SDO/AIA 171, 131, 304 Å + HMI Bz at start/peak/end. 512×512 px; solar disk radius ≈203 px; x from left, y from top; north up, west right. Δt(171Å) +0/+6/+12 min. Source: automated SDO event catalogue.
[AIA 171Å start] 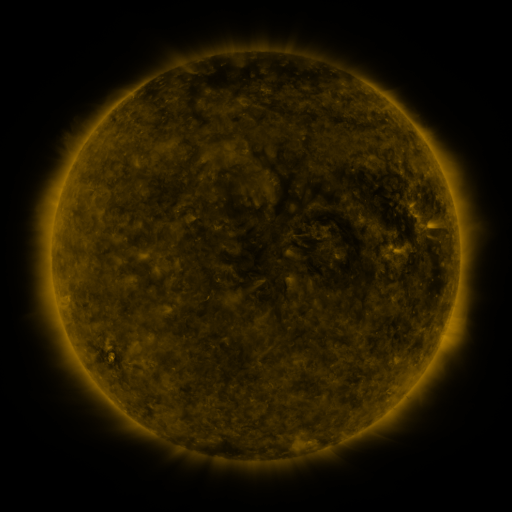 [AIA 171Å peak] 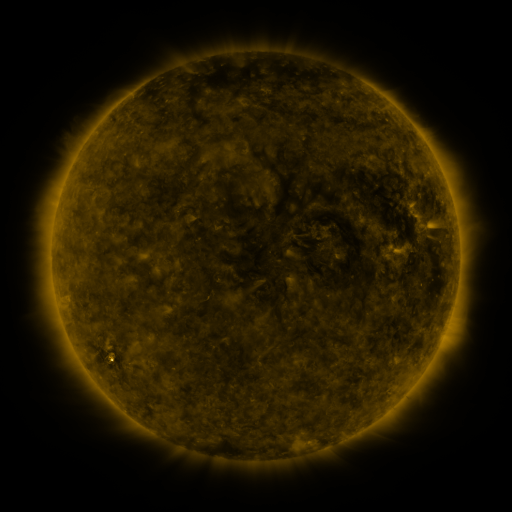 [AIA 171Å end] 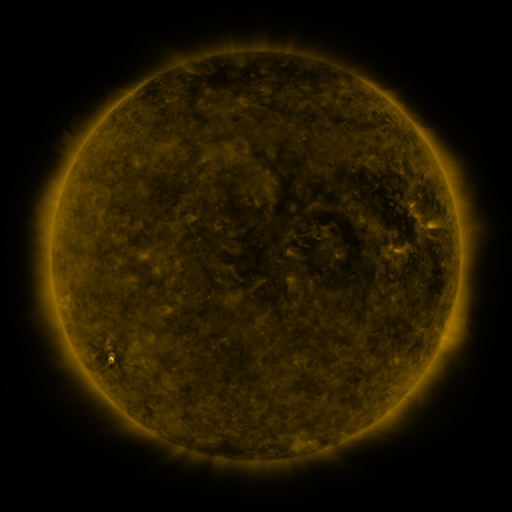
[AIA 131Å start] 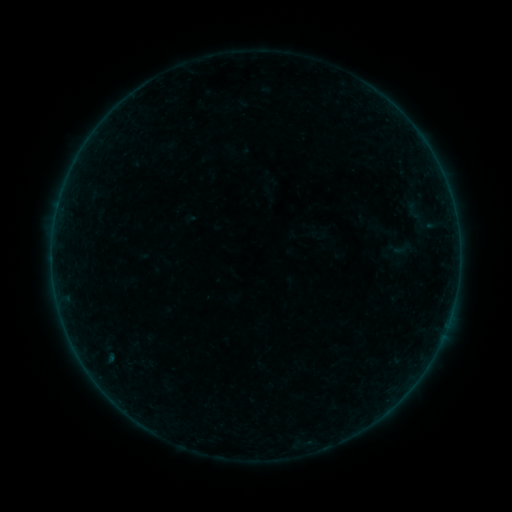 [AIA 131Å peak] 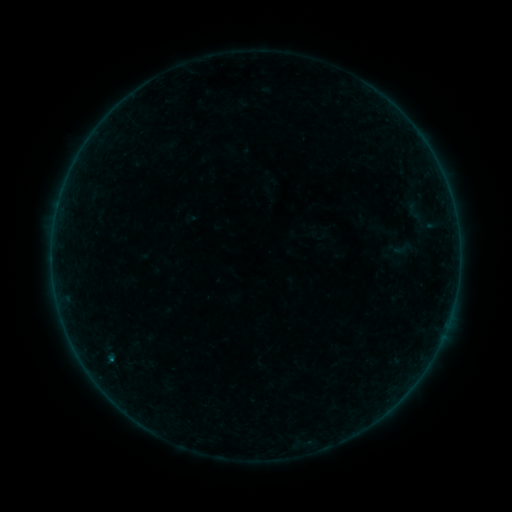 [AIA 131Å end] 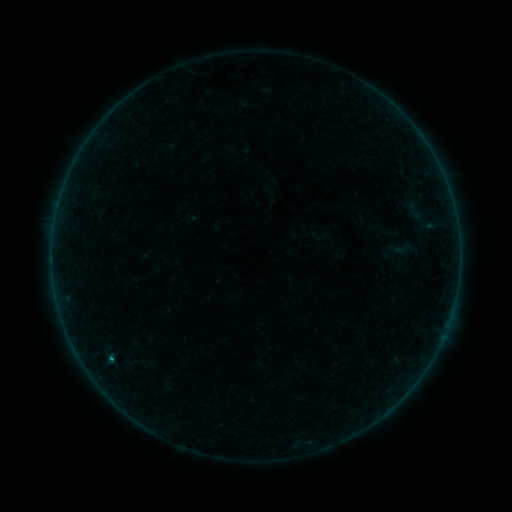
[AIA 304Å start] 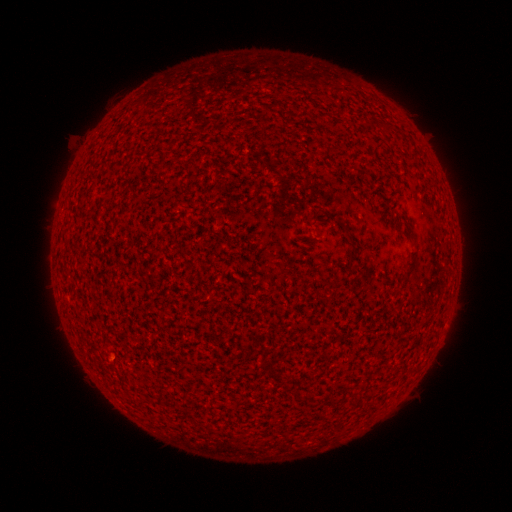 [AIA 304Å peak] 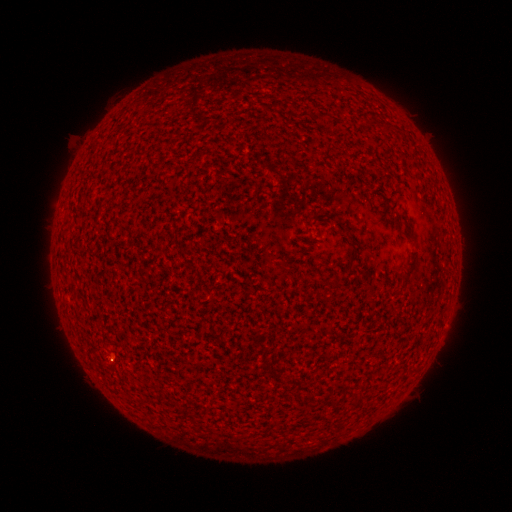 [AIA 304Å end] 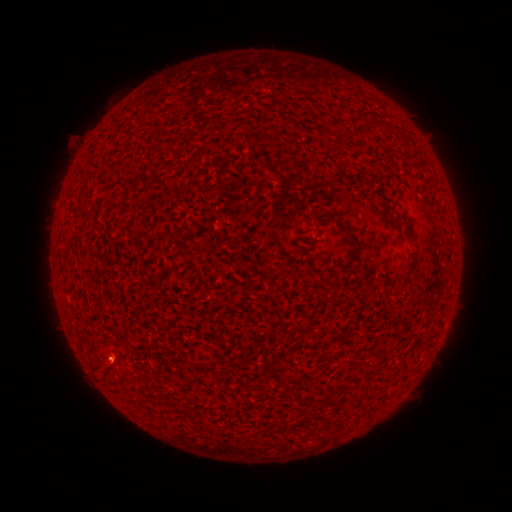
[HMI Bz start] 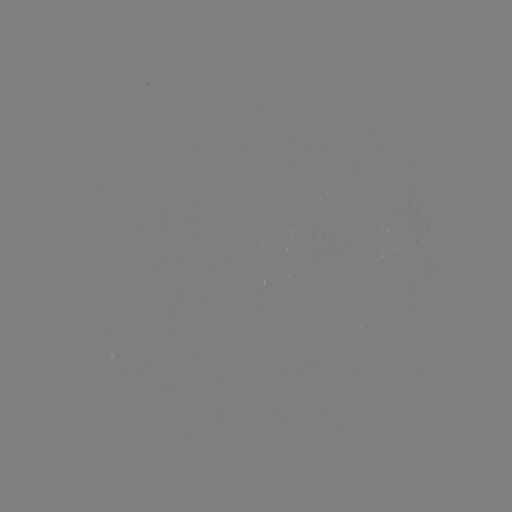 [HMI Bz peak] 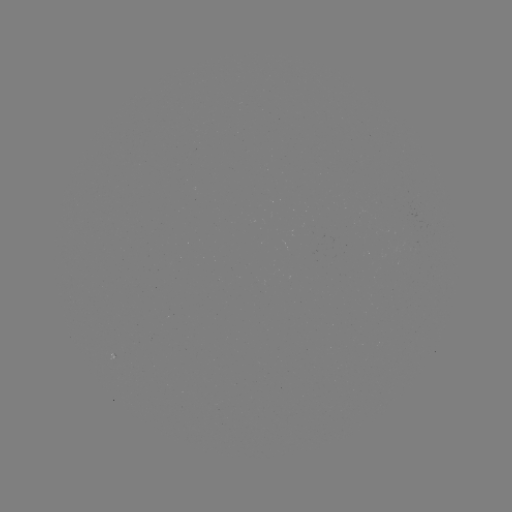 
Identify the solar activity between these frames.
B3.6 flare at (112, 357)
